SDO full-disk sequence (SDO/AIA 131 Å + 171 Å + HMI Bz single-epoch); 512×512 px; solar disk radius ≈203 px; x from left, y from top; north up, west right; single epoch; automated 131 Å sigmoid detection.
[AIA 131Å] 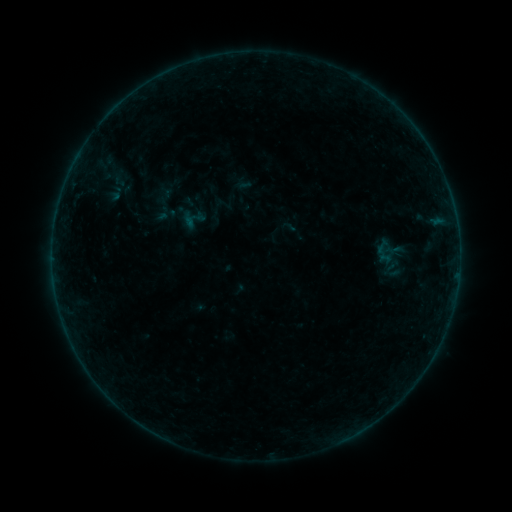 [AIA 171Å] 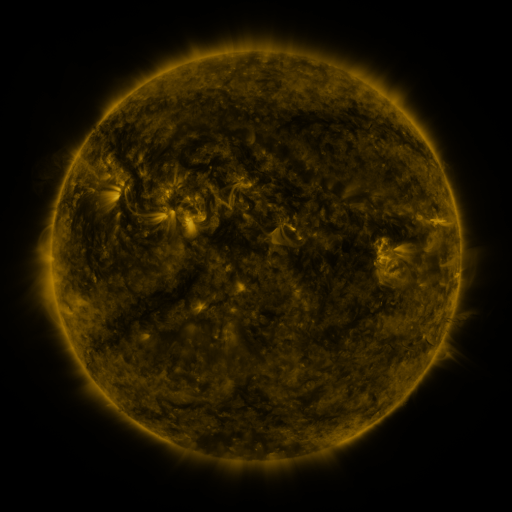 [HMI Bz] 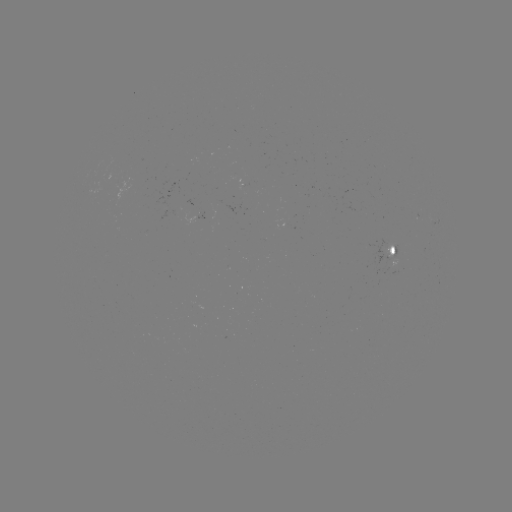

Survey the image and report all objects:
sigmoid: [178, 204, 207, 233]
